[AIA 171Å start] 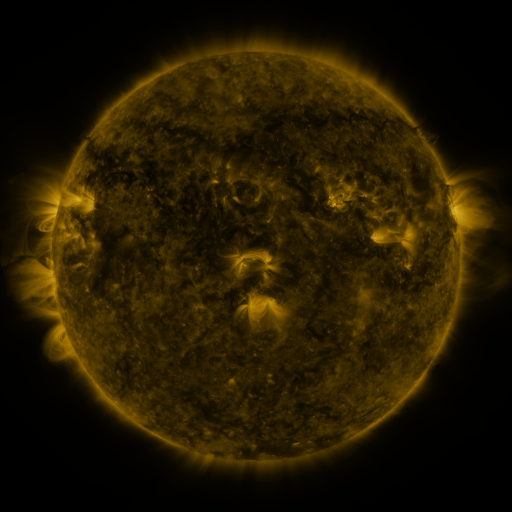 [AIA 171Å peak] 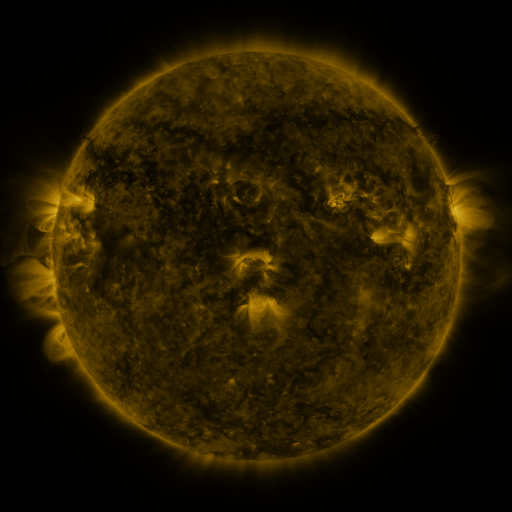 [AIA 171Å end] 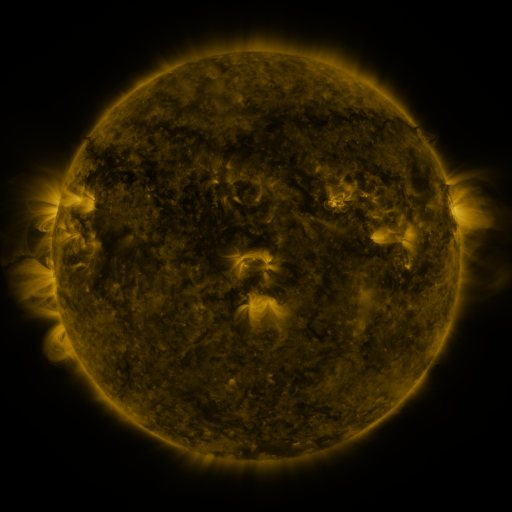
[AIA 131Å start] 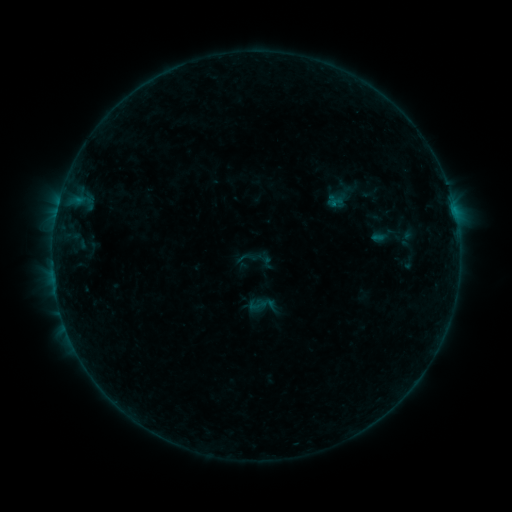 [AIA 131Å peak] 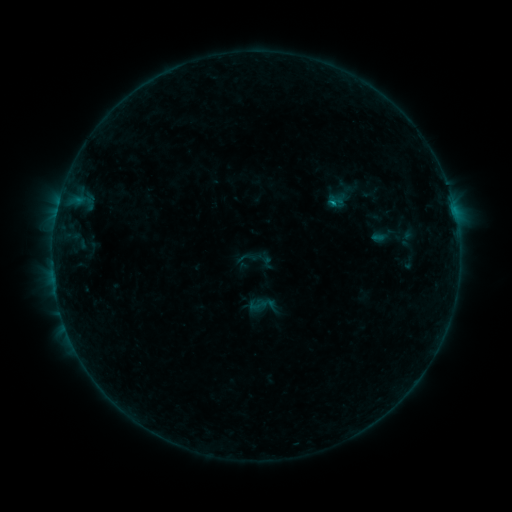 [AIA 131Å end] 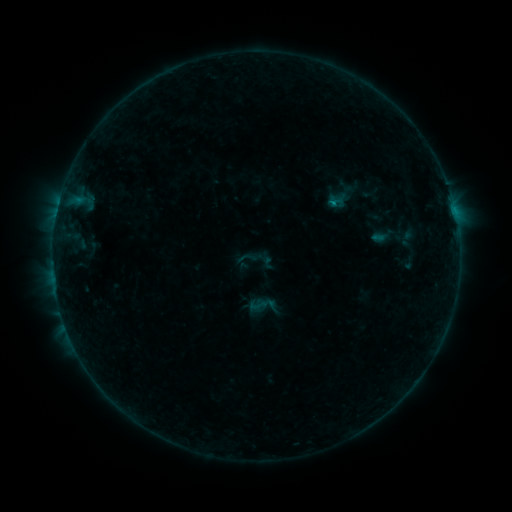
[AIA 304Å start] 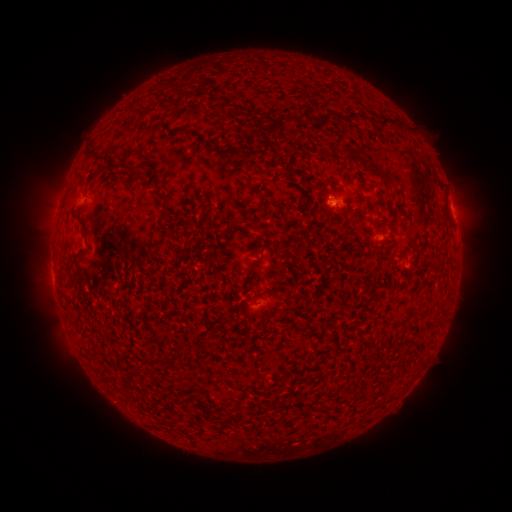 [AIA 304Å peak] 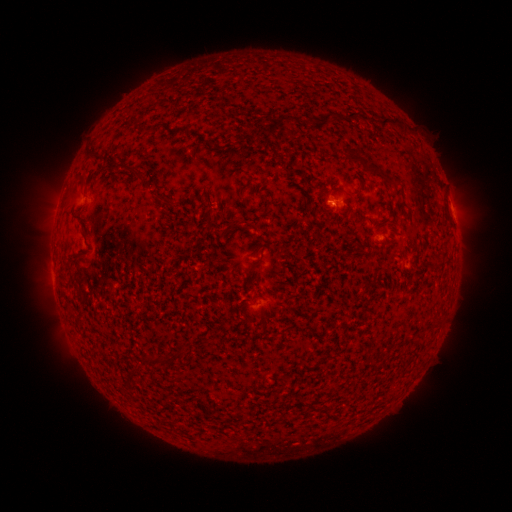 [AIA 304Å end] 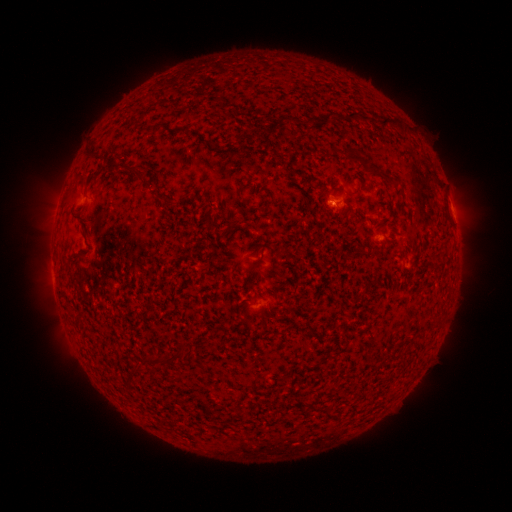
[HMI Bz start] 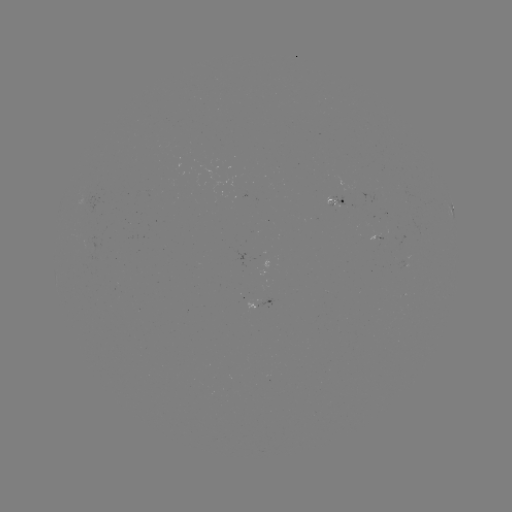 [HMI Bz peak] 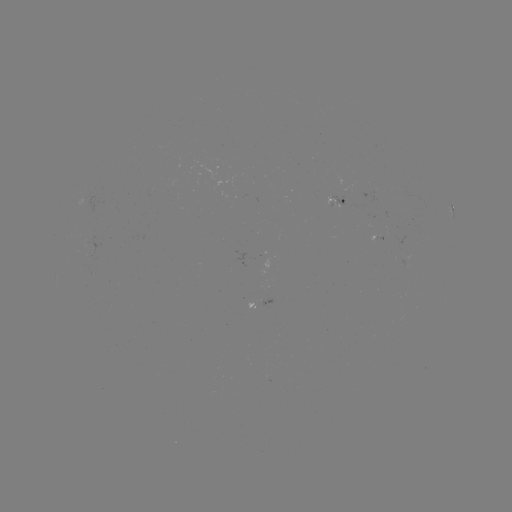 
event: flare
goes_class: B3.0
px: (333, 204)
